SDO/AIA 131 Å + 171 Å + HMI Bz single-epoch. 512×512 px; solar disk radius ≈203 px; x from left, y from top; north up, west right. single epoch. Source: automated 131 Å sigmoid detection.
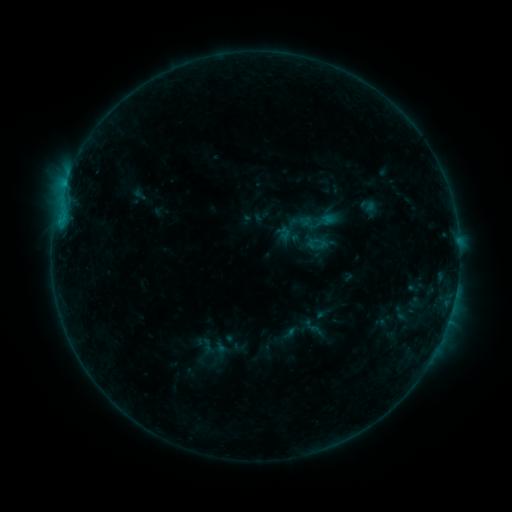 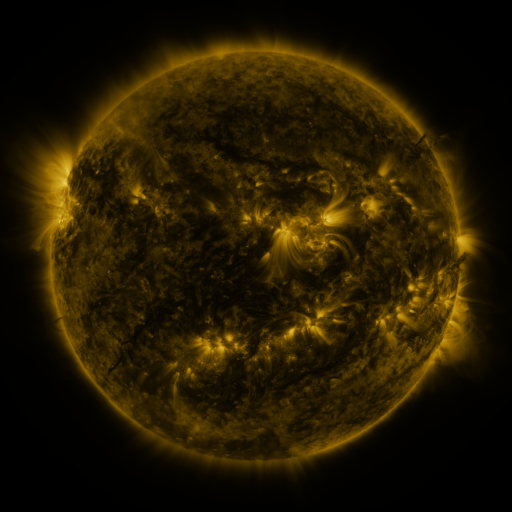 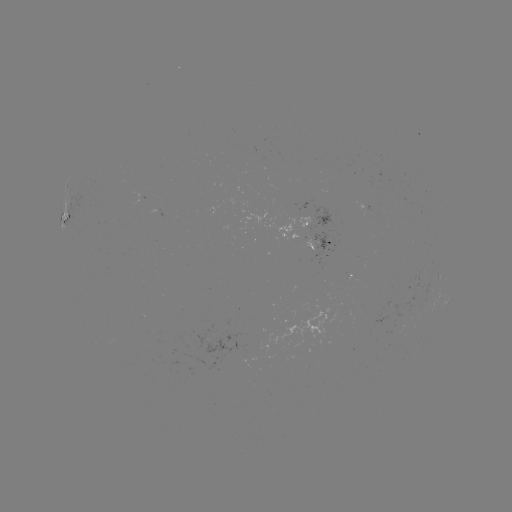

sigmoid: <bbox>303, 228, 328, 252</bbox>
